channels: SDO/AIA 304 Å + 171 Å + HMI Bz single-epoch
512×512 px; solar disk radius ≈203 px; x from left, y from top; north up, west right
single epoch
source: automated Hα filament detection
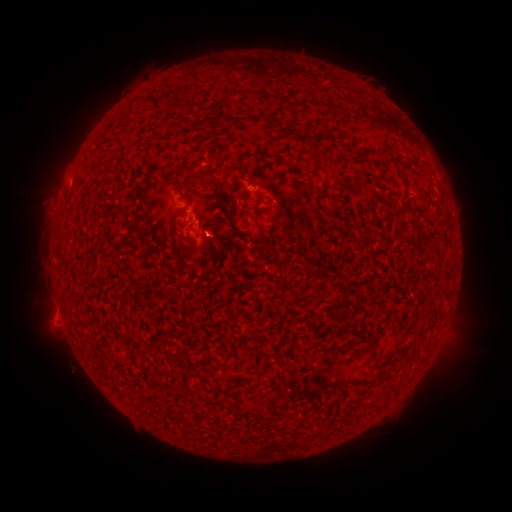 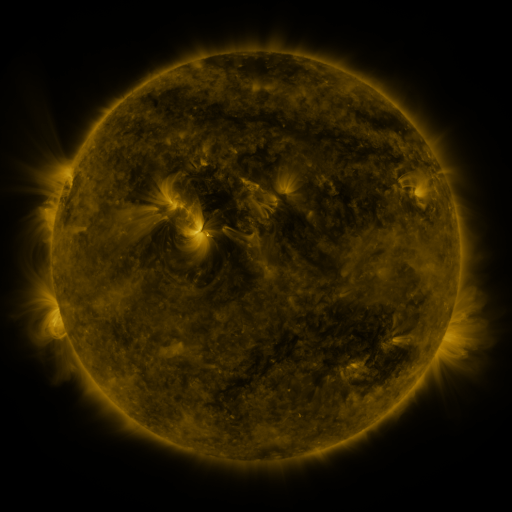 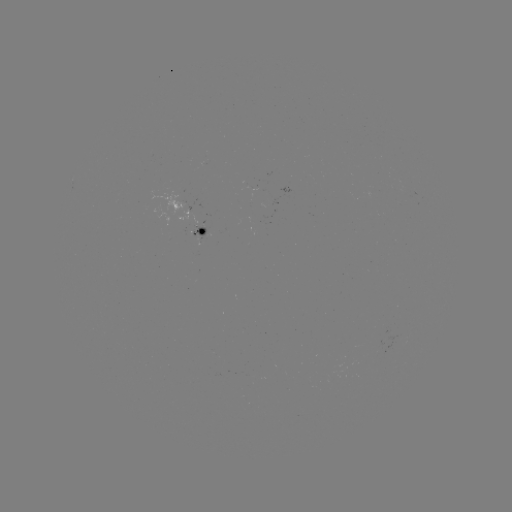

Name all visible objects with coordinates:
filament: (214, 182)
filament: (187, 205)
filament: (217, 236)
filament: (176, 239)
filament: (372, 360)
